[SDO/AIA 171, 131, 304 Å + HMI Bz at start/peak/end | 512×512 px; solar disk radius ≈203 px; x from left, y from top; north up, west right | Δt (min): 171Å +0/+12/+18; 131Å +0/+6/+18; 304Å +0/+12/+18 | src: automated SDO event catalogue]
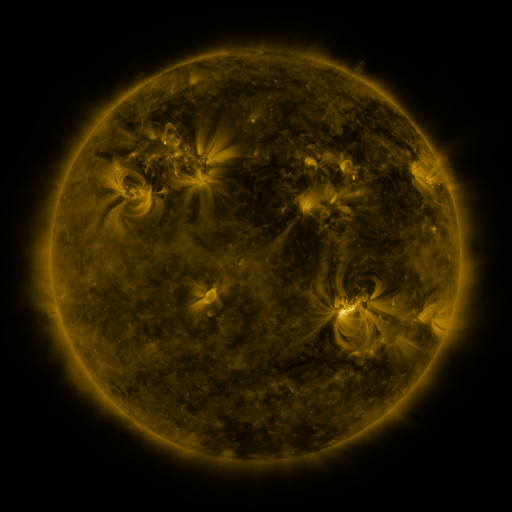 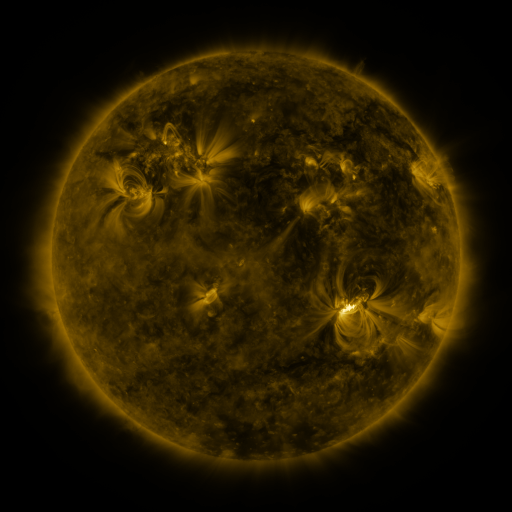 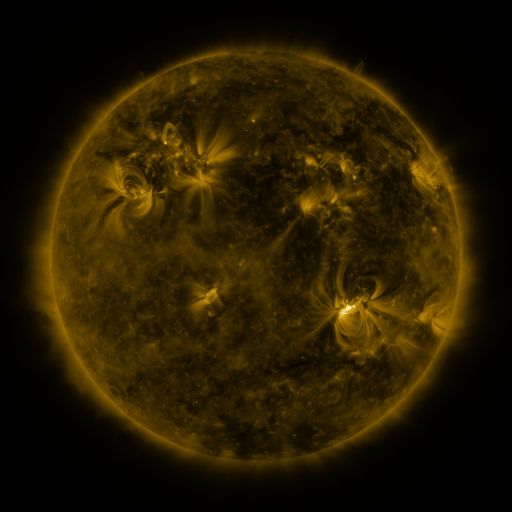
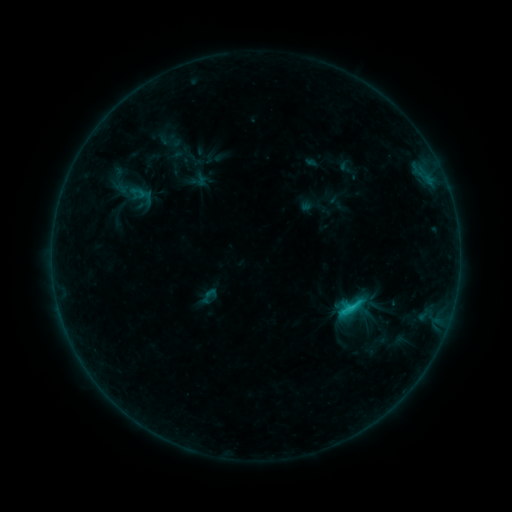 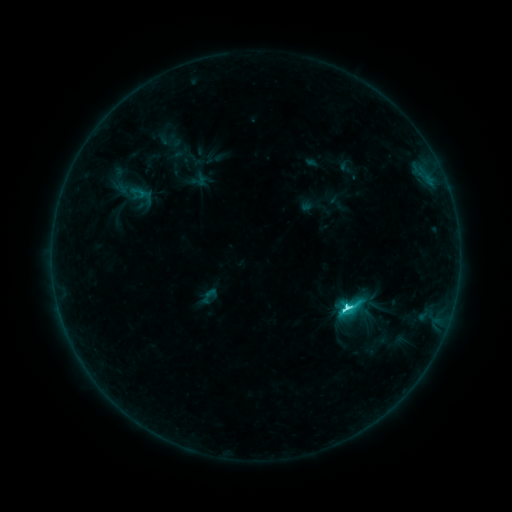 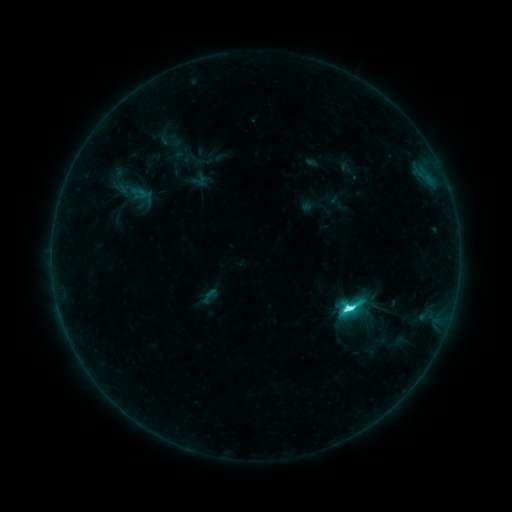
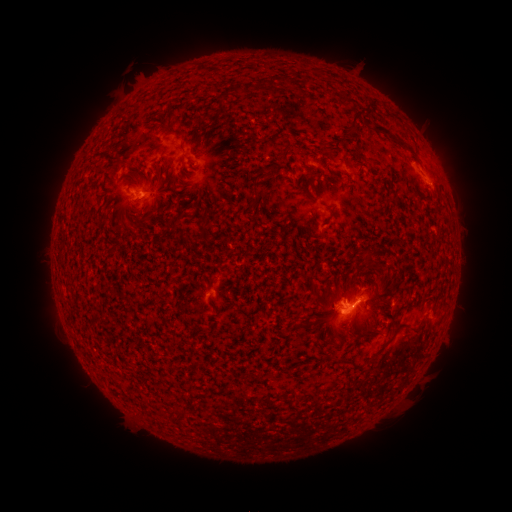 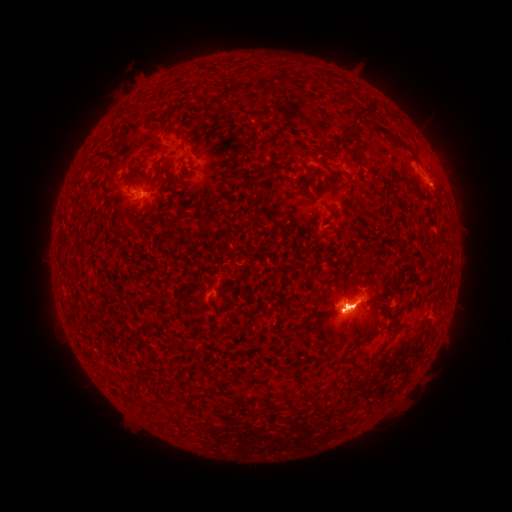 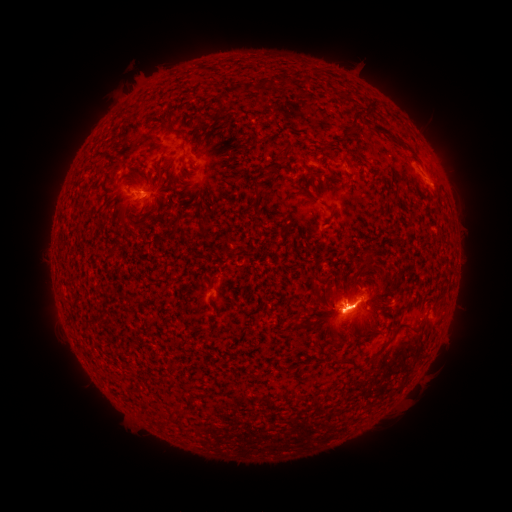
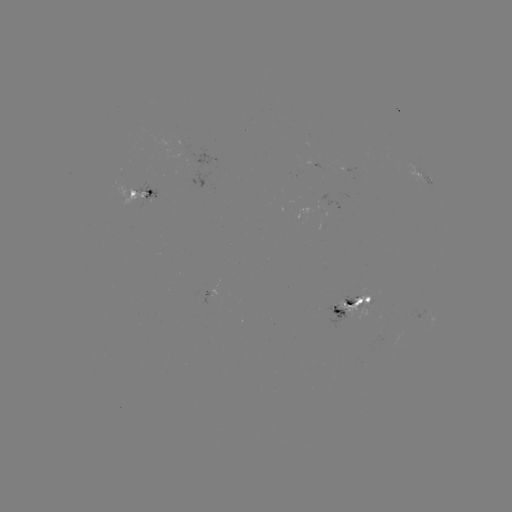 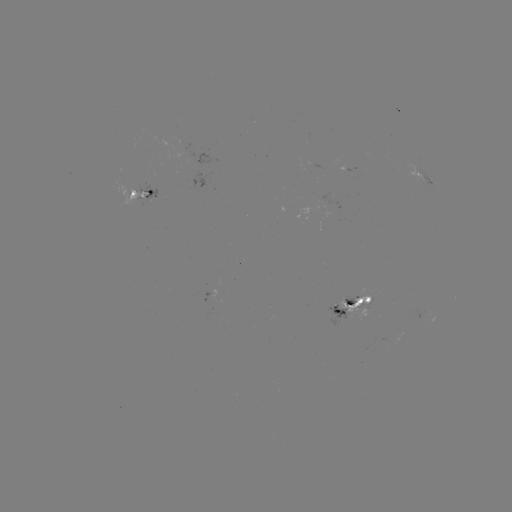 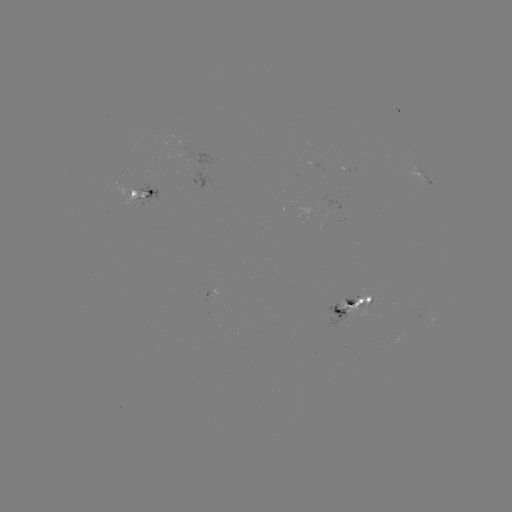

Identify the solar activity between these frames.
C9.9 flare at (345, 305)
